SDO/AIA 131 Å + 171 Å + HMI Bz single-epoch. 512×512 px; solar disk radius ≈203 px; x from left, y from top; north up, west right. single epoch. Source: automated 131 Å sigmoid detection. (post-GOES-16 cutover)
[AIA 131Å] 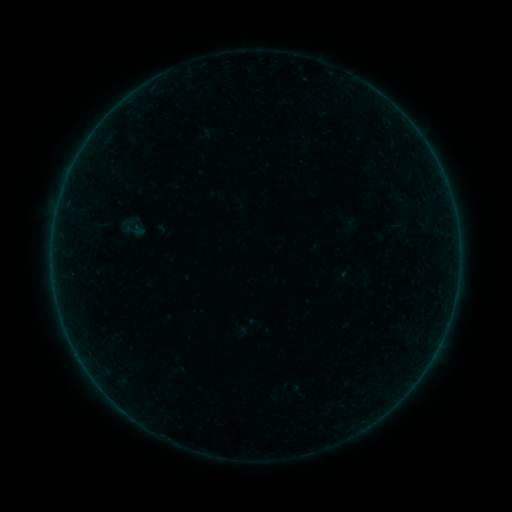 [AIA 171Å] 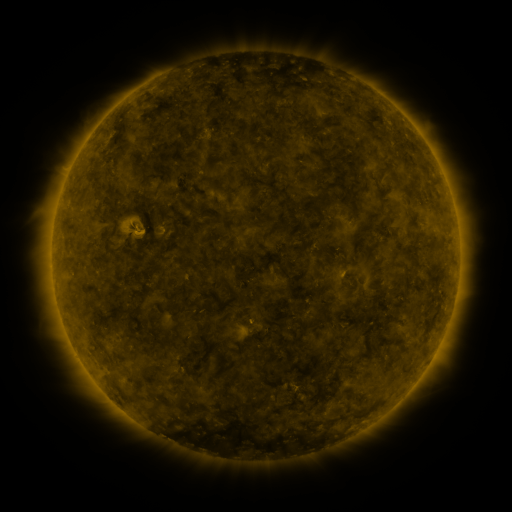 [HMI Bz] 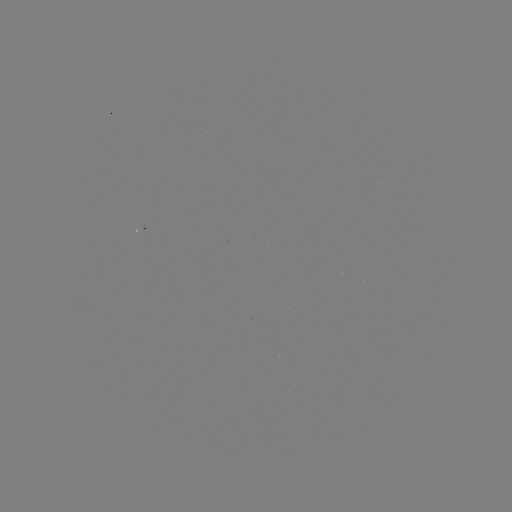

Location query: sigmoid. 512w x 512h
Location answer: (133, 228).